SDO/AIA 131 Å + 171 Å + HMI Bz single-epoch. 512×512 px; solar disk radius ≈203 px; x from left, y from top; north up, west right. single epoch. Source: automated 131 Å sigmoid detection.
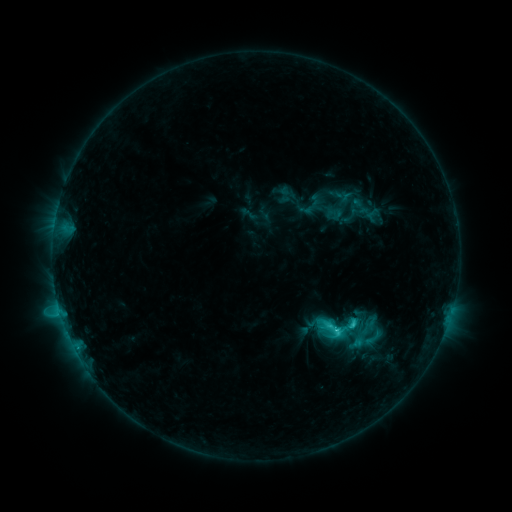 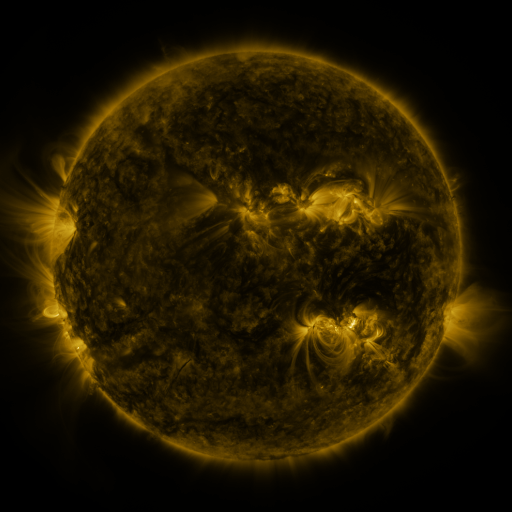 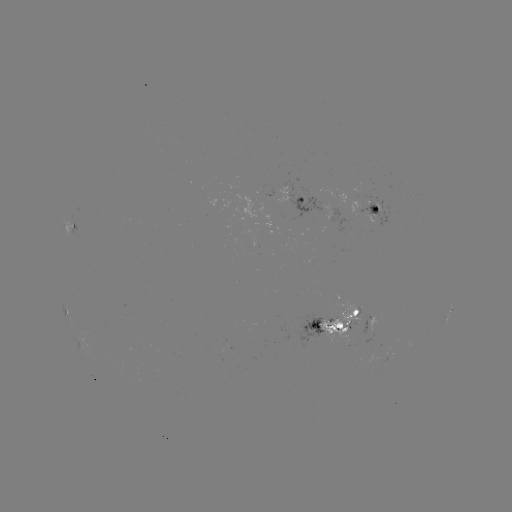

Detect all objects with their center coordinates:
sigmoid: <bbox>320, 316, 345, 340</bbox>
